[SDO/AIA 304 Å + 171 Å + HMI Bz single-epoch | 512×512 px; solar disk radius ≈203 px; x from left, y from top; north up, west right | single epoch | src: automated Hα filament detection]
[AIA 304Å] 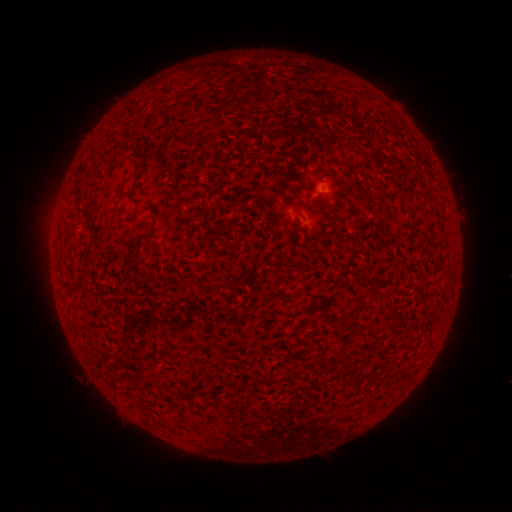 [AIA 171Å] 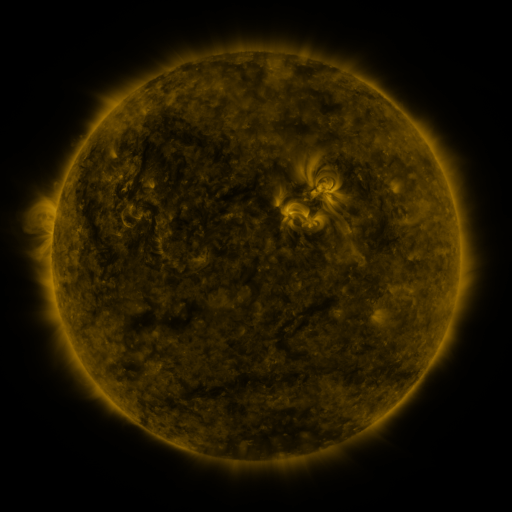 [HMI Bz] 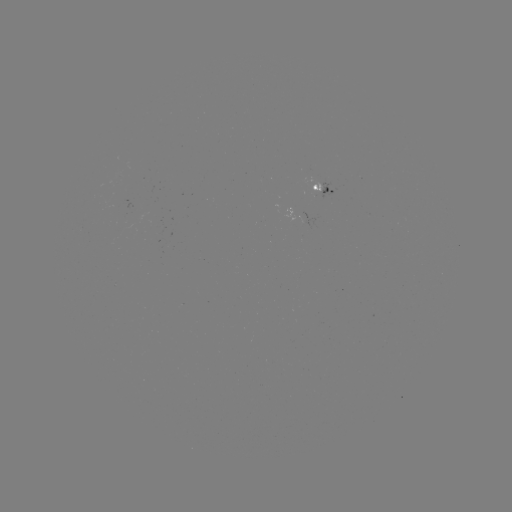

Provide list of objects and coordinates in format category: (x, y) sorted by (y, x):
filament: (150, 126)
filament: (142, 149)
filament: (80, 189)
filament: (388, 214)
filament: (86, 215)
filament: (207, 254)
